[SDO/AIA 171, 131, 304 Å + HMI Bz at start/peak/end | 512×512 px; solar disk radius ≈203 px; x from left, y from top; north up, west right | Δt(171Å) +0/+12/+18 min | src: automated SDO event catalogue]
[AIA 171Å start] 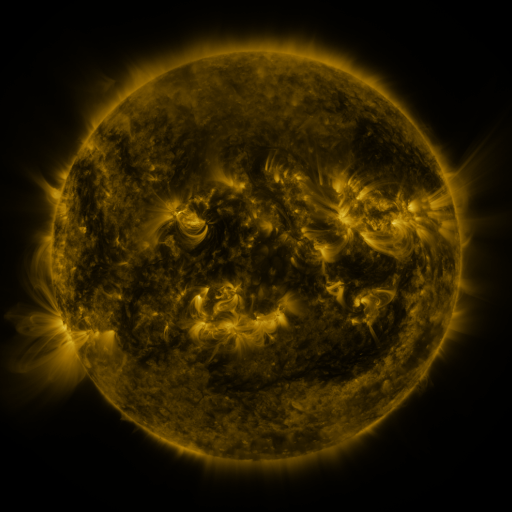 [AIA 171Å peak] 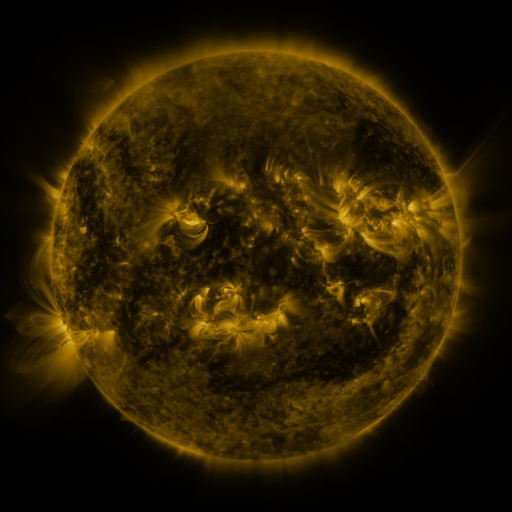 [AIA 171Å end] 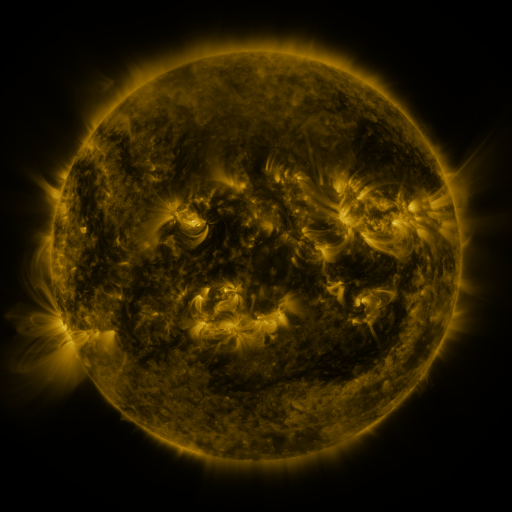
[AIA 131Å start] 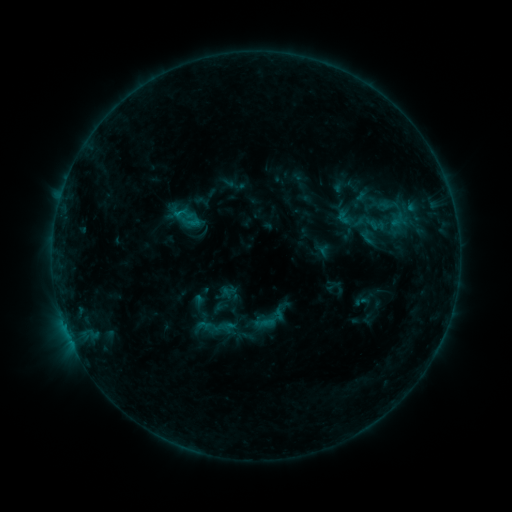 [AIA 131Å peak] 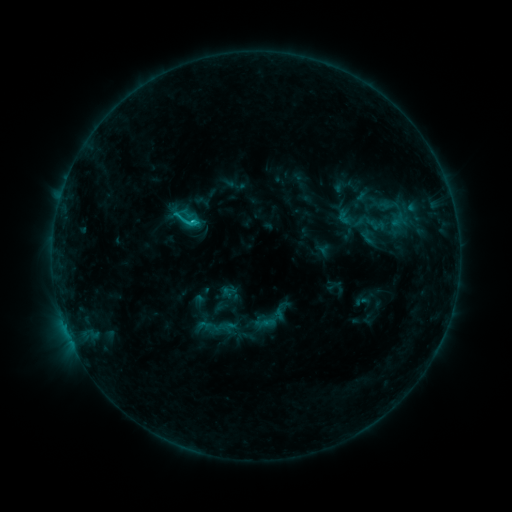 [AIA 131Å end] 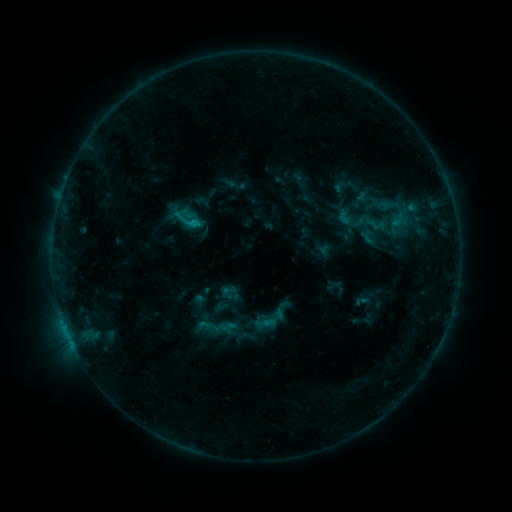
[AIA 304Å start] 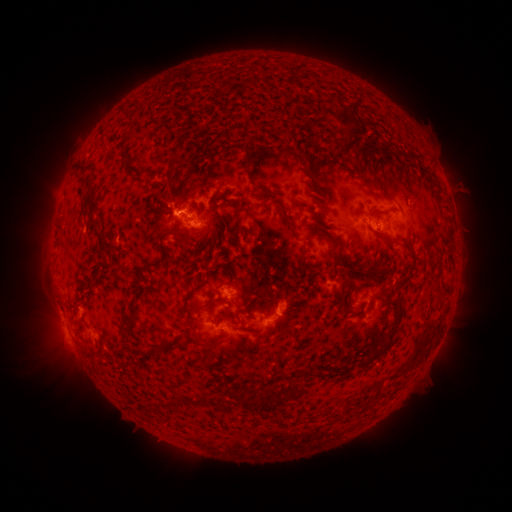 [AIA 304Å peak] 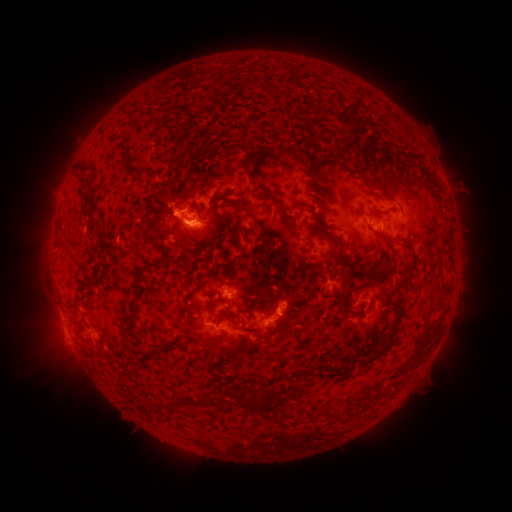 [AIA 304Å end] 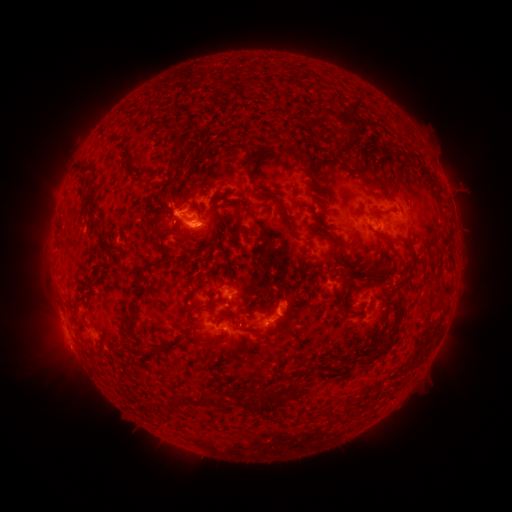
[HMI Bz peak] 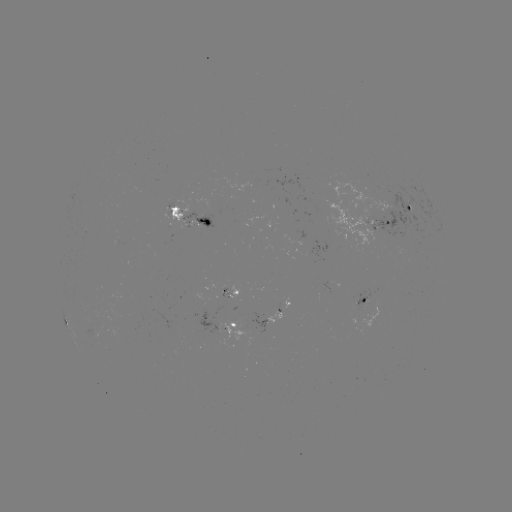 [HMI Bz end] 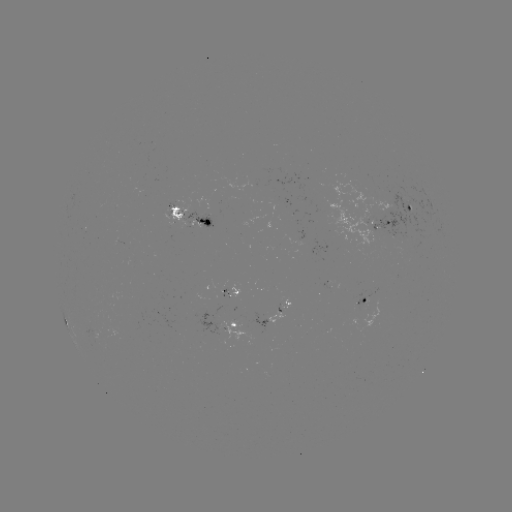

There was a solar flare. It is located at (197, 225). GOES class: C1.1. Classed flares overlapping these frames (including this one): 1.